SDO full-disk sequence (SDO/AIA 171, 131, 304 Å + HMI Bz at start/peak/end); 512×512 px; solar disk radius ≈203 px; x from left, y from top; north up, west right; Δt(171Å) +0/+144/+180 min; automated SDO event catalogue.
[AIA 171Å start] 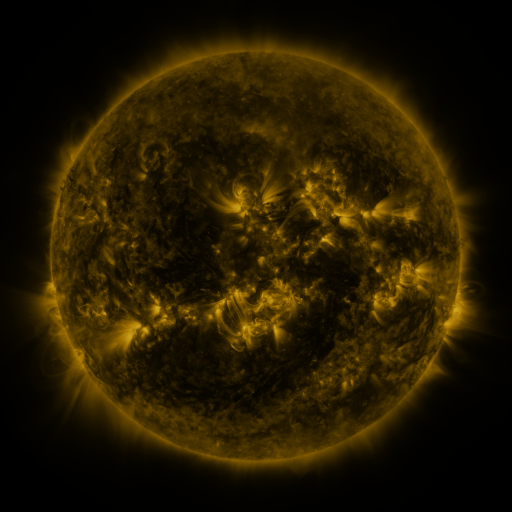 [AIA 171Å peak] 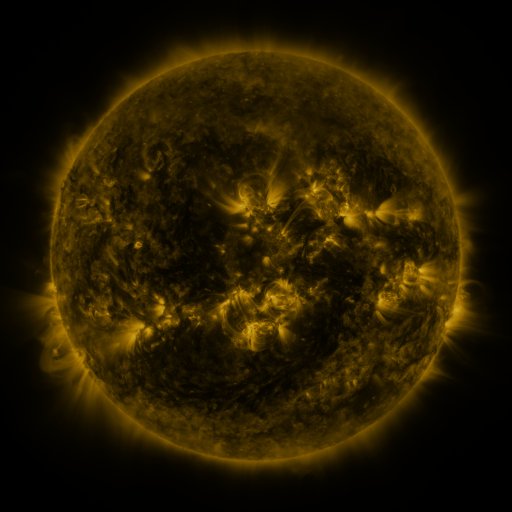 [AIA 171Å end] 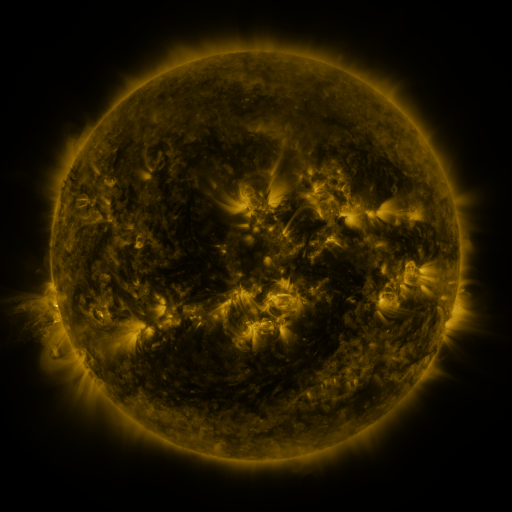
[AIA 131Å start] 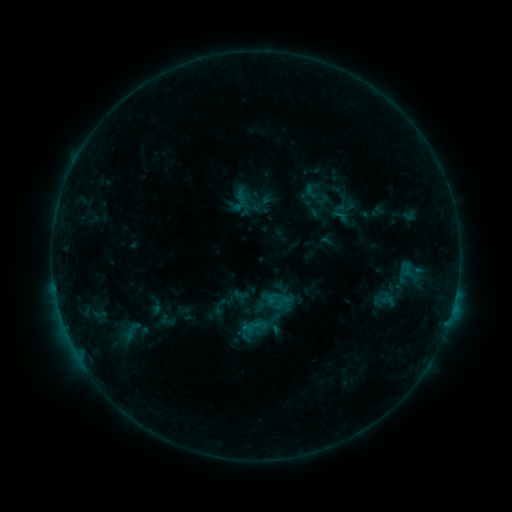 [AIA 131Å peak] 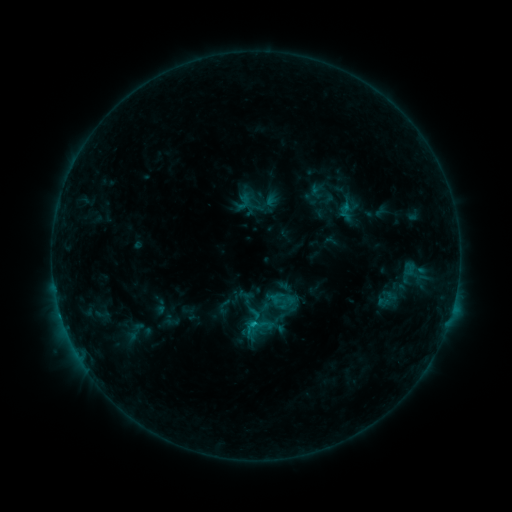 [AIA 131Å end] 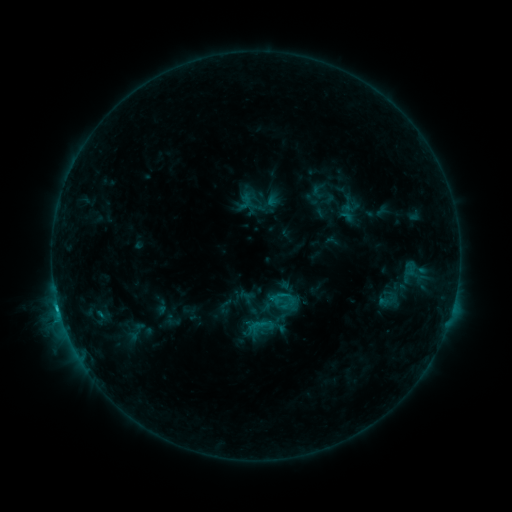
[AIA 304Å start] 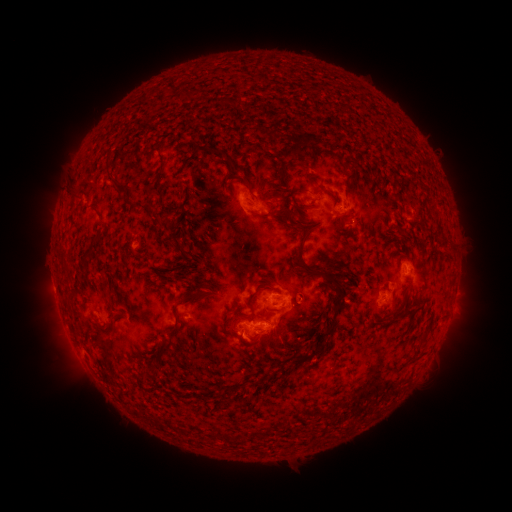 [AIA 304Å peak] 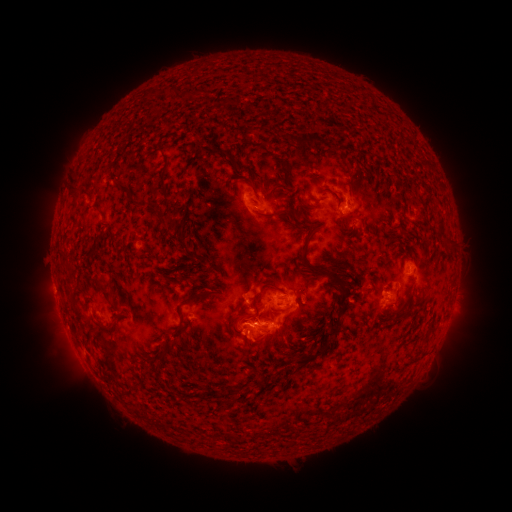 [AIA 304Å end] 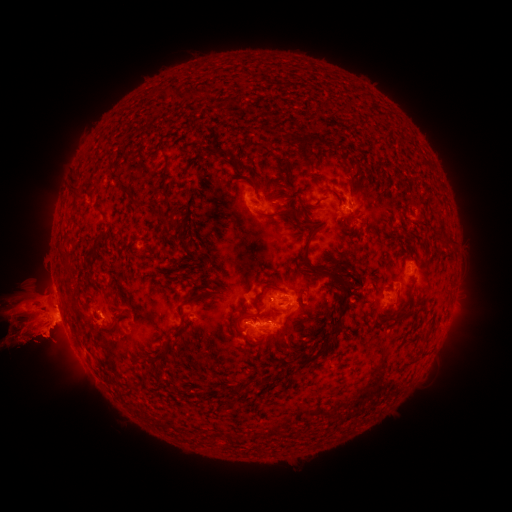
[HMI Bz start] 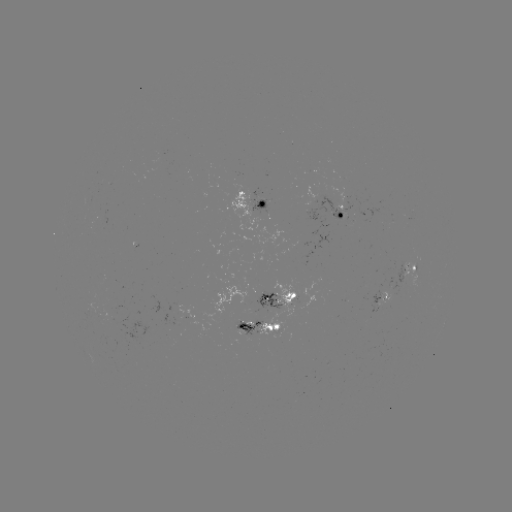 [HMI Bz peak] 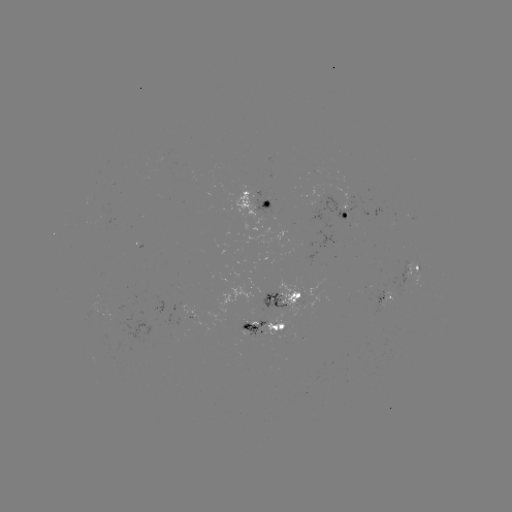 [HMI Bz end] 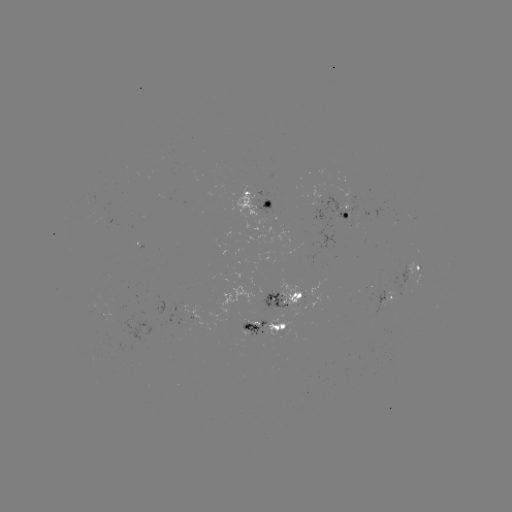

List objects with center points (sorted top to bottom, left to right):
emerging-flux region: (281, 333)
